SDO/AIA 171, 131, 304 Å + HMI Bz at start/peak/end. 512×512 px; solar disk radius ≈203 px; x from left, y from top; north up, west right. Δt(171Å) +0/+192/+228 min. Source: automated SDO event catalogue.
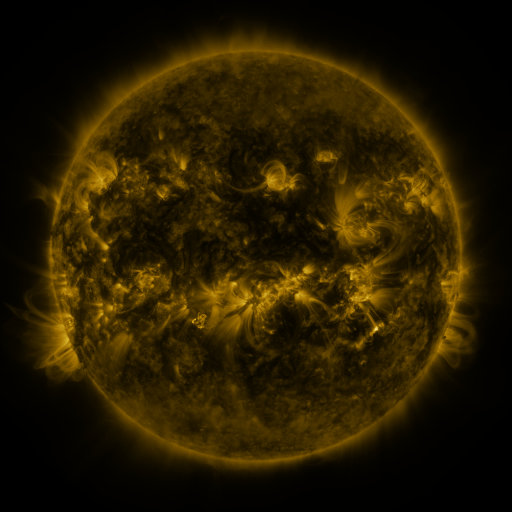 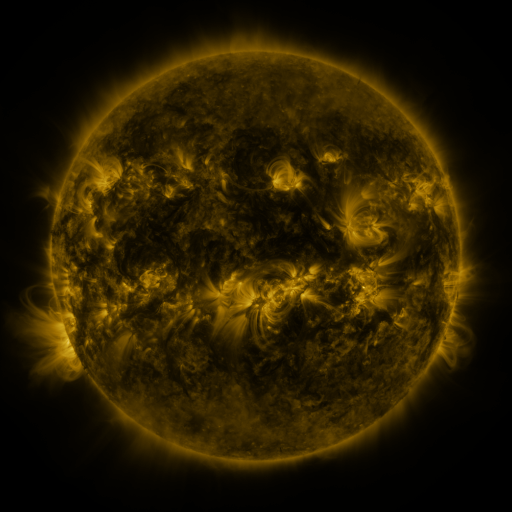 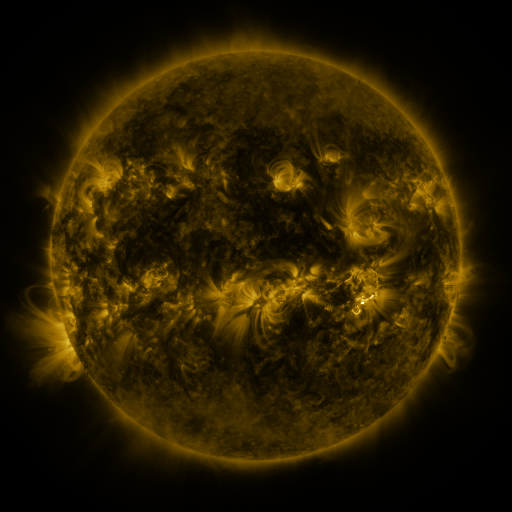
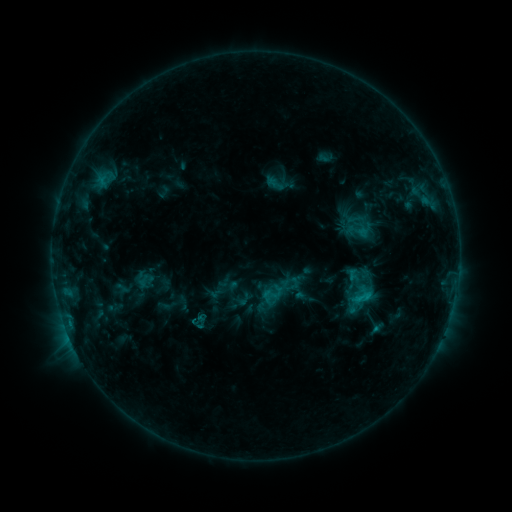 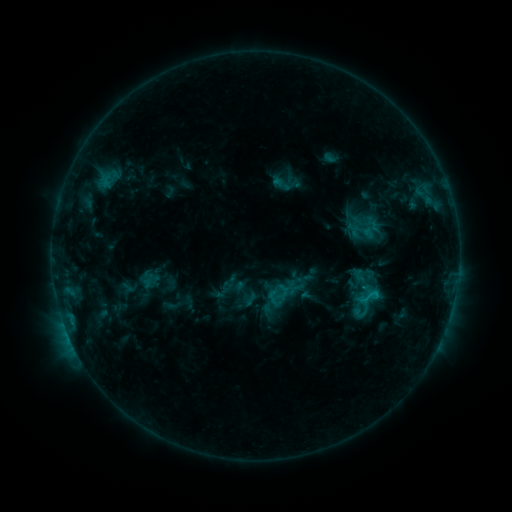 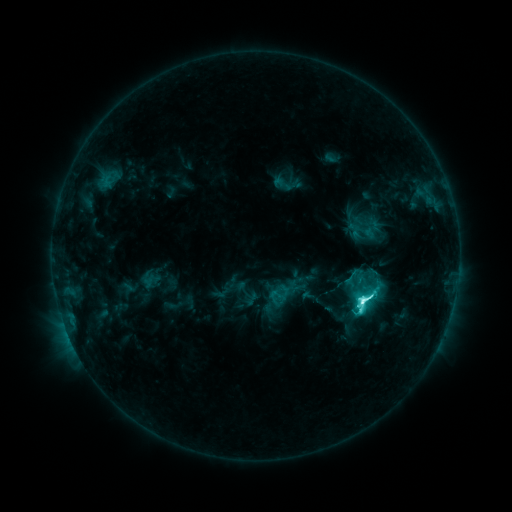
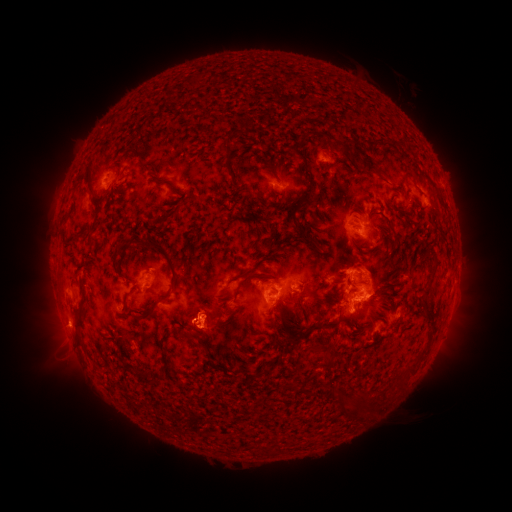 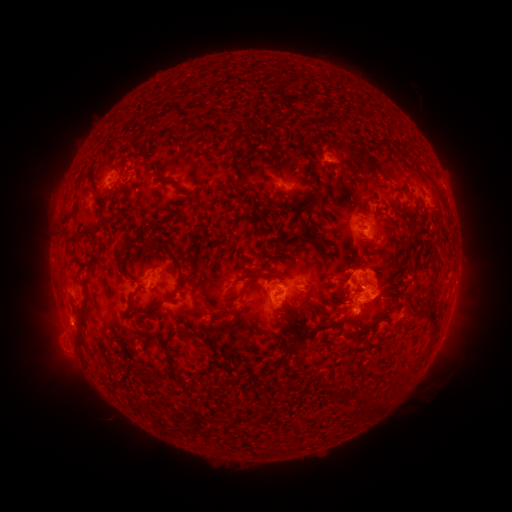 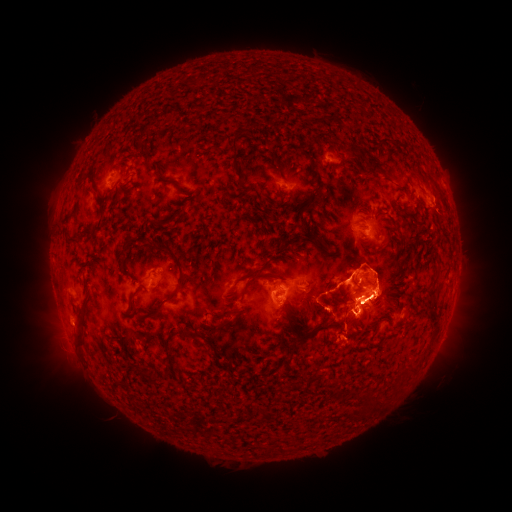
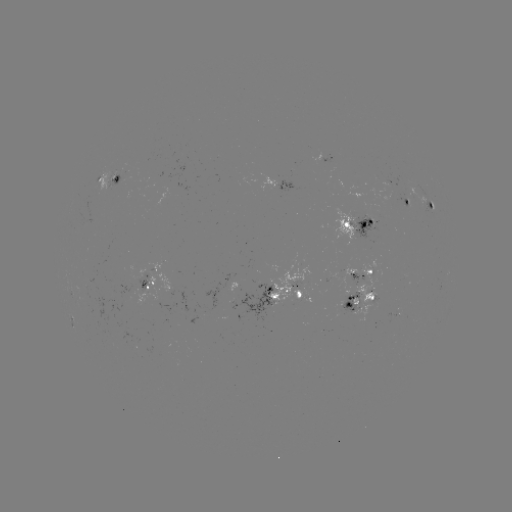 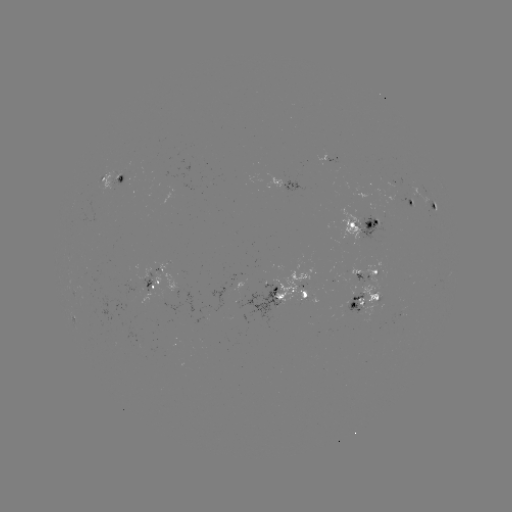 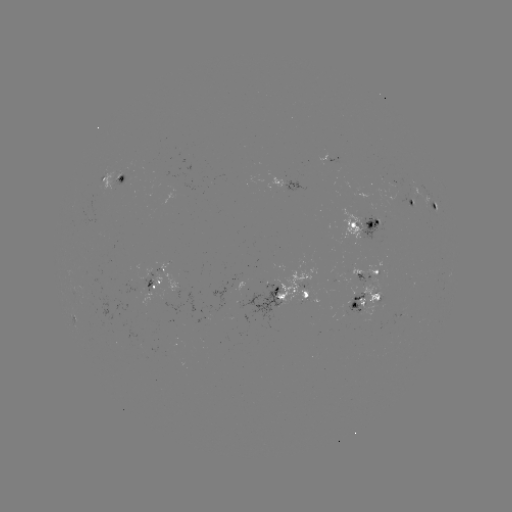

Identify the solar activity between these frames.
emerging-flux region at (350, 299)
